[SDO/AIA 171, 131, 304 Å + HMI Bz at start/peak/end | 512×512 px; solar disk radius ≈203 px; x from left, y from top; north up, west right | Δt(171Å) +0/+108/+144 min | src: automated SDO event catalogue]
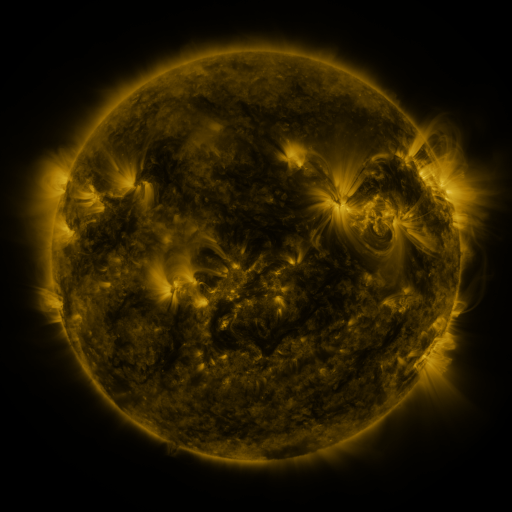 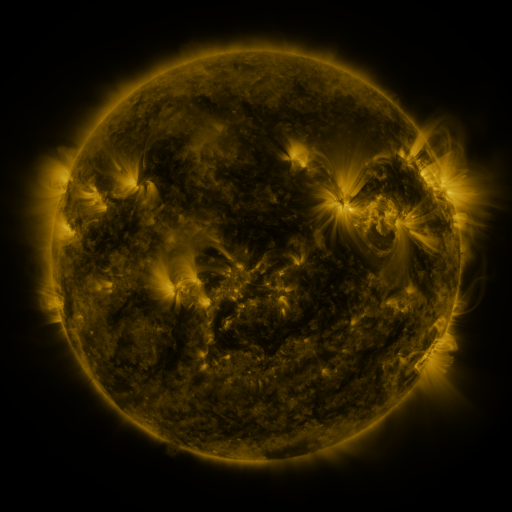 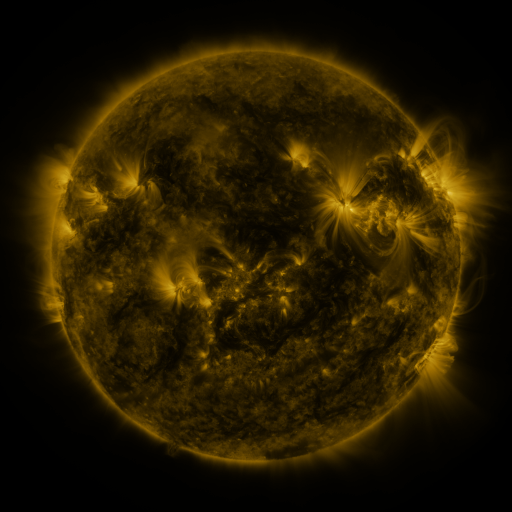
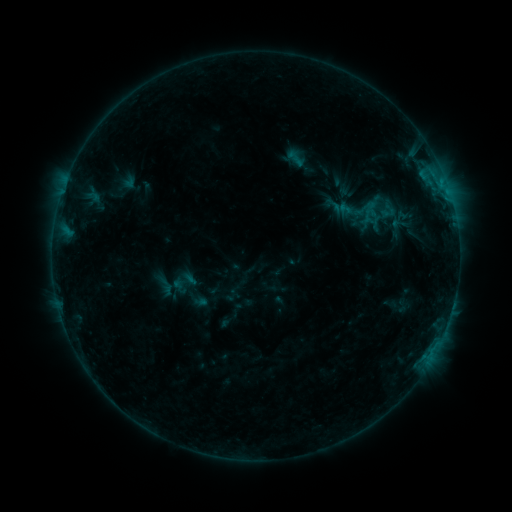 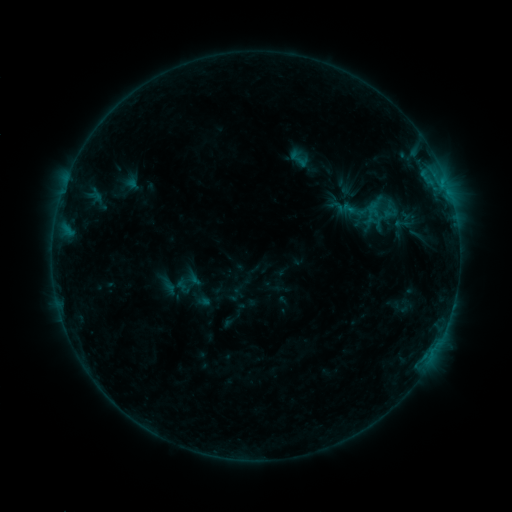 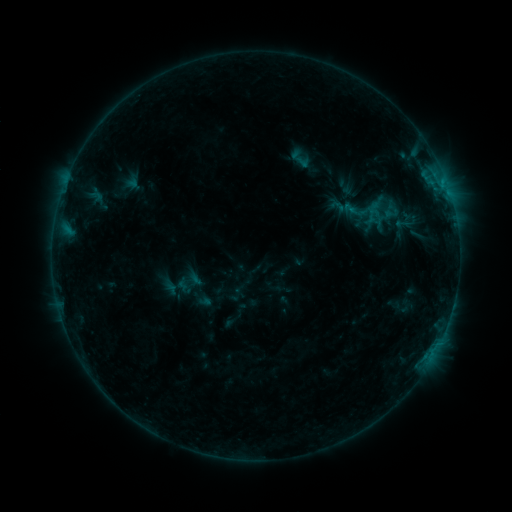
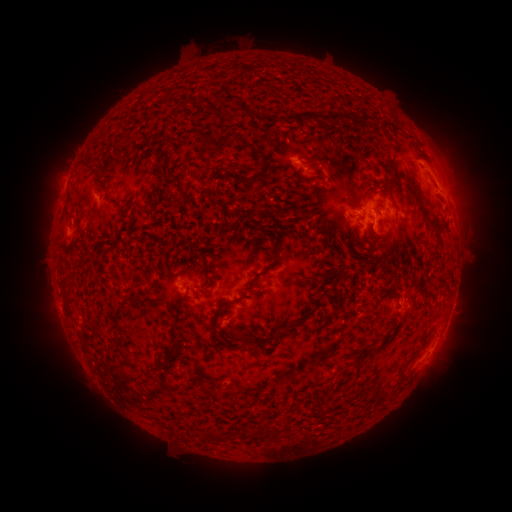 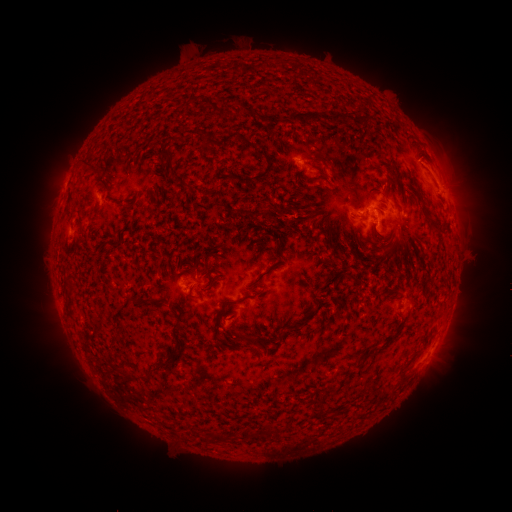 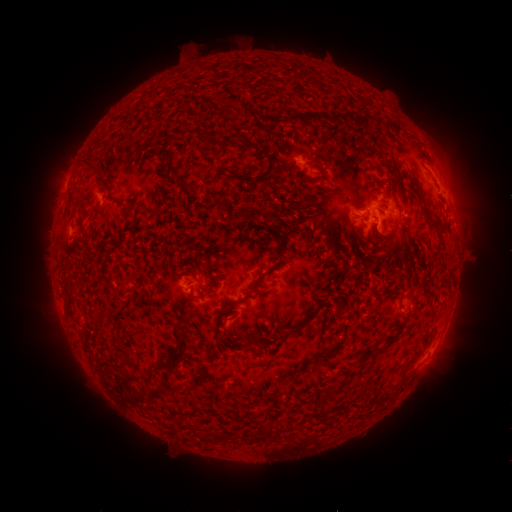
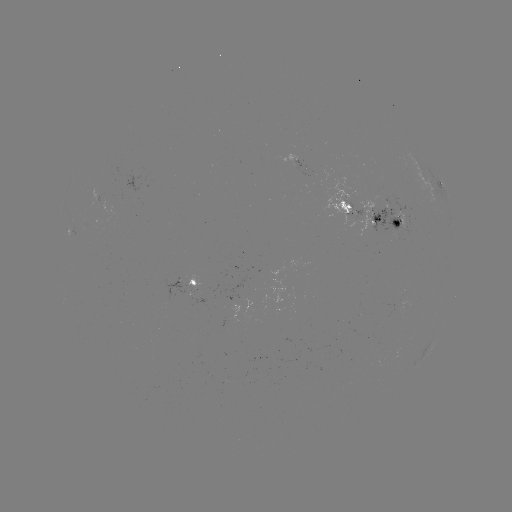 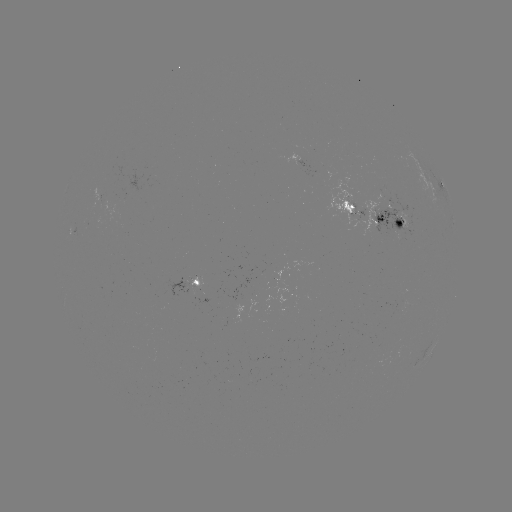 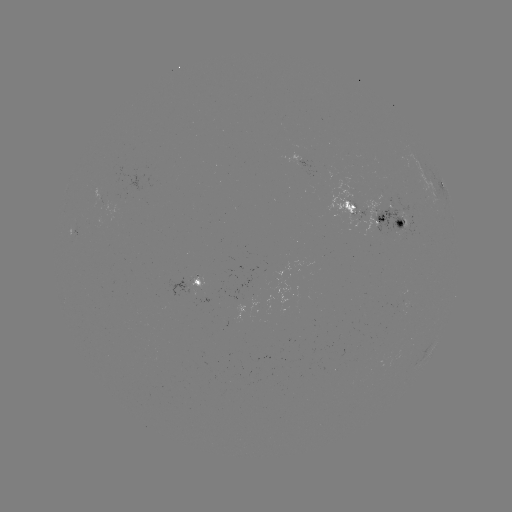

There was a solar emerging-flux region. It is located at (394, 230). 